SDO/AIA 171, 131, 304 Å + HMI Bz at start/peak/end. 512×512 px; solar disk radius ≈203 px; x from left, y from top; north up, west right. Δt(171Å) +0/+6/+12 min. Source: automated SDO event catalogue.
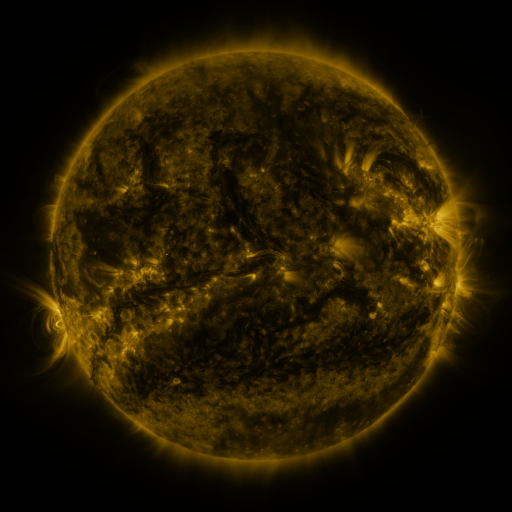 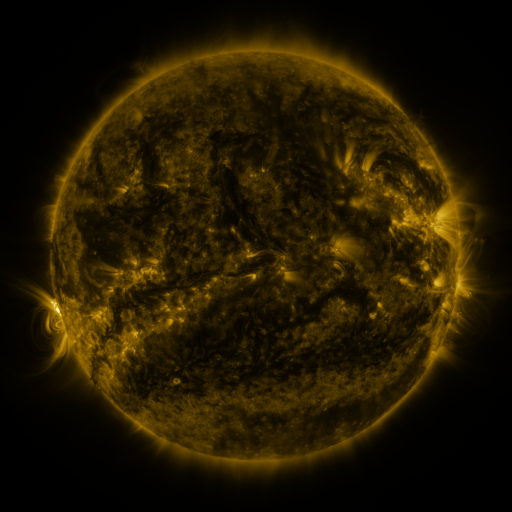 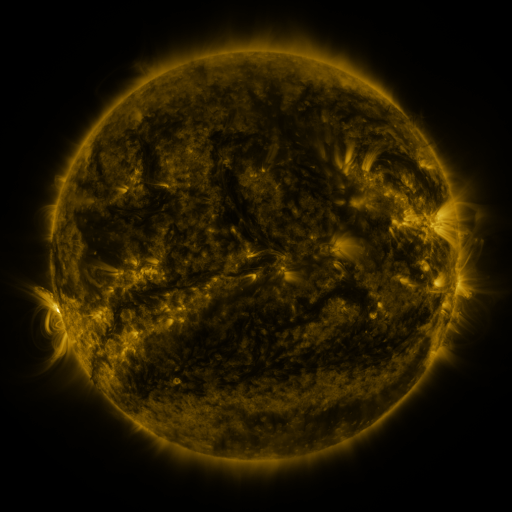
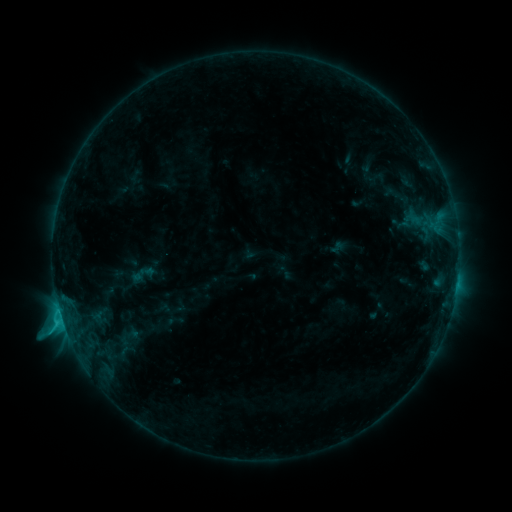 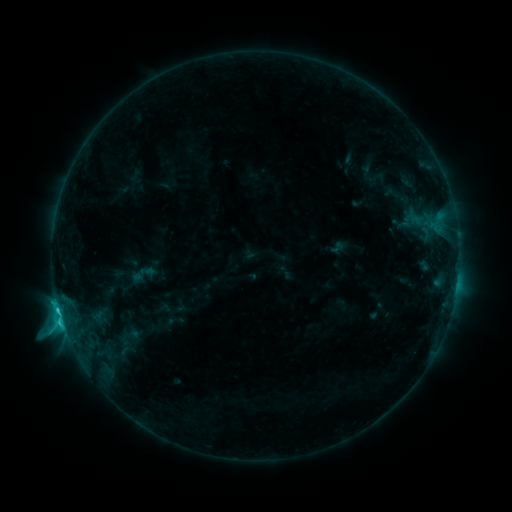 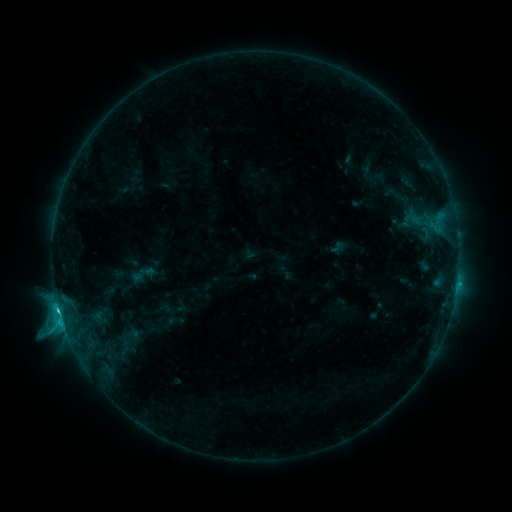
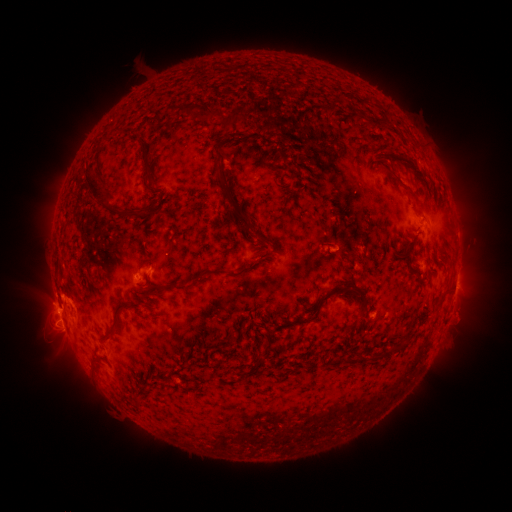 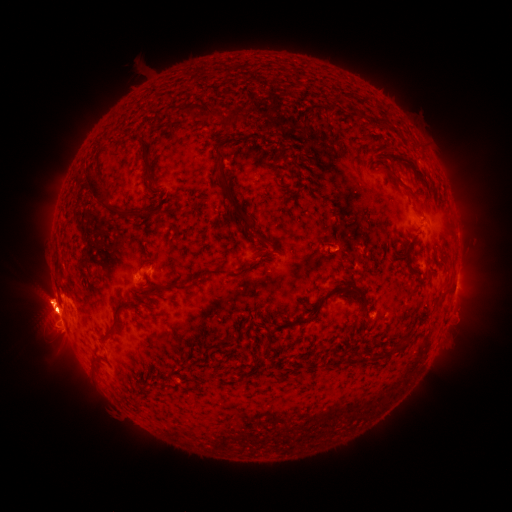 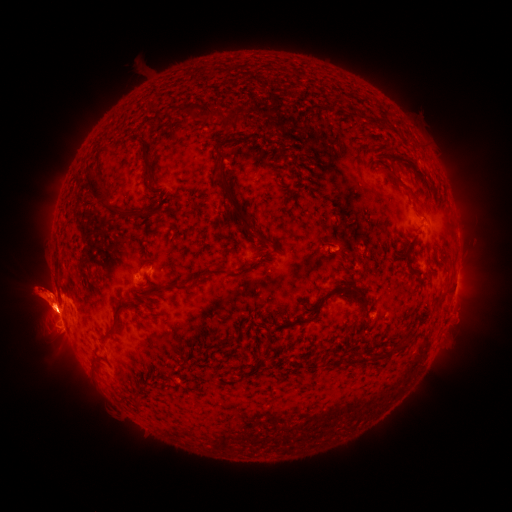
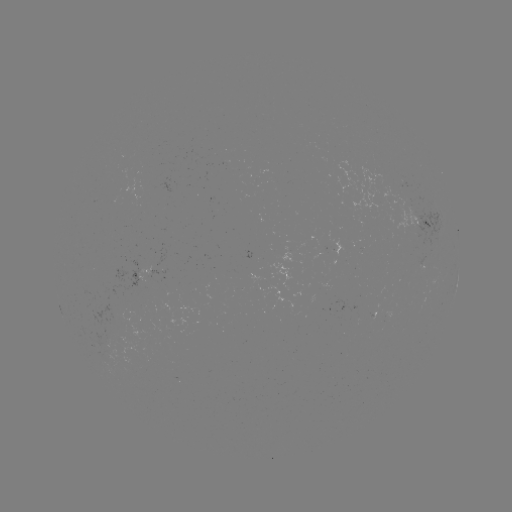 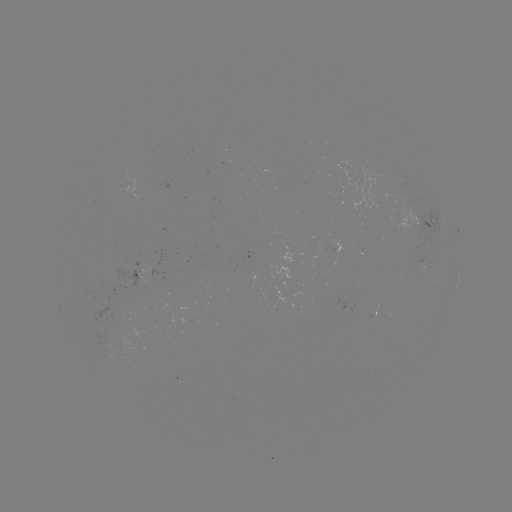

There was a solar eruption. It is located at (486, 302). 